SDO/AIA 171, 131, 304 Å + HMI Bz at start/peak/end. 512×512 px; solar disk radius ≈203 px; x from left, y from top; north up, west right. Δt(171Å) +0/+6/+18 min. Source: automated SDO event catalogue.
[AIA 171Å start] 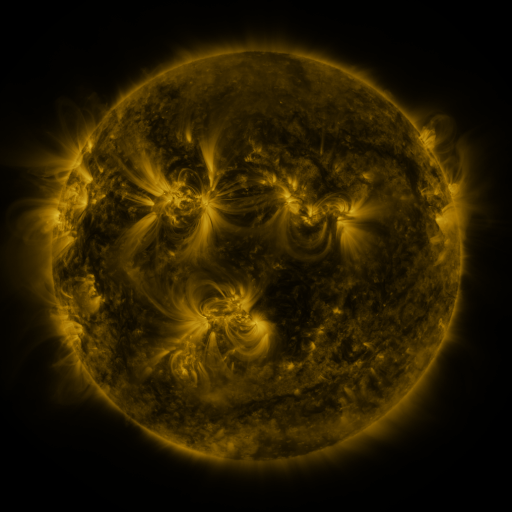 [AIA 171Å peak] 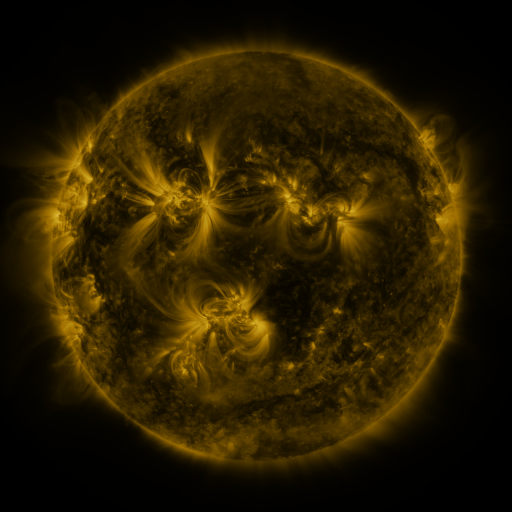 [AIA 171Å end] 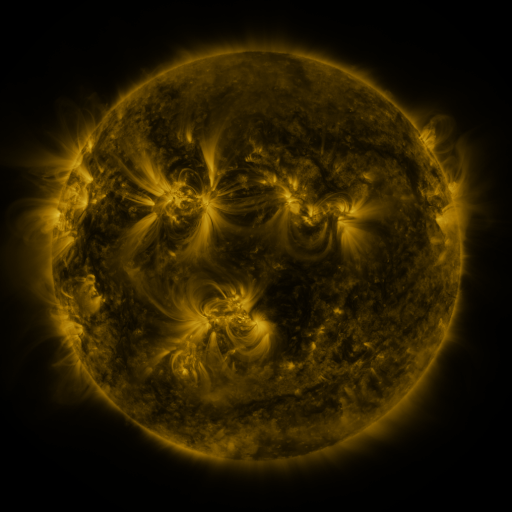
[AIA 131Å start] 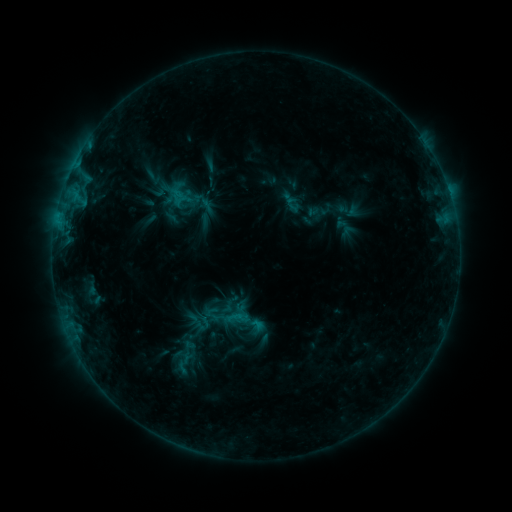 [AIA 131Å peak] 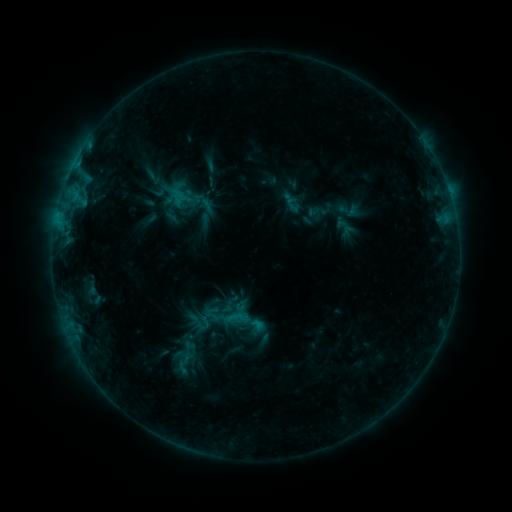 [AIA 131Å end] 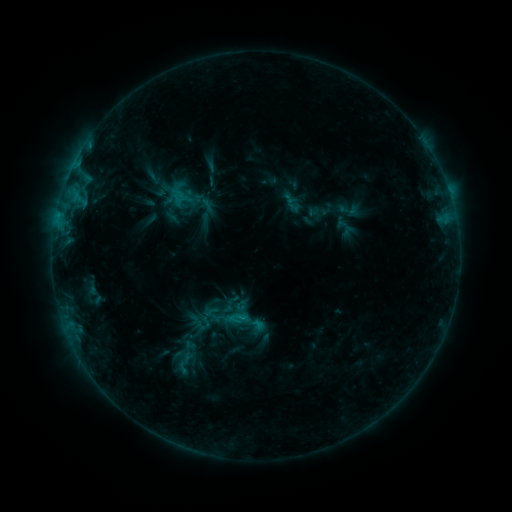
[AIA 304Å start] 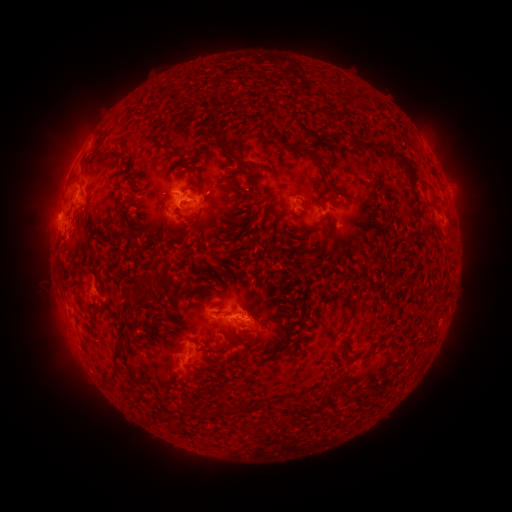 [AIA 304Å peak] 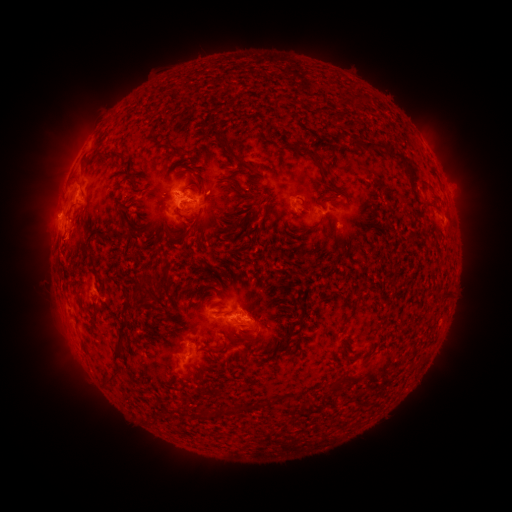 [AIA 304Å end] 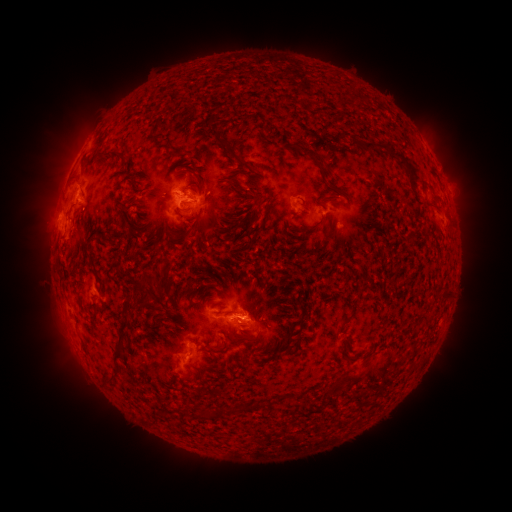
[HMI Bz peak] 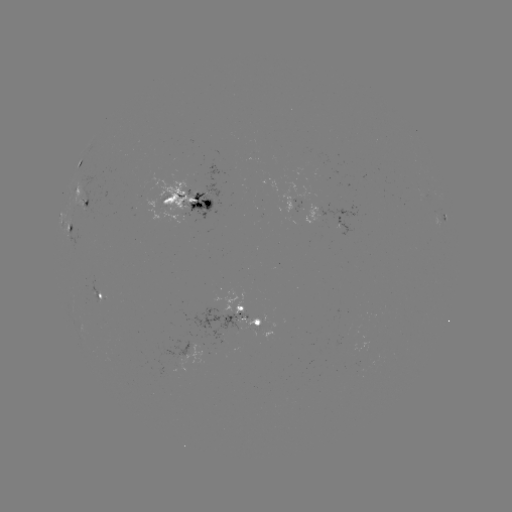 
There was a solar eruption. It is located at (54, 184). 